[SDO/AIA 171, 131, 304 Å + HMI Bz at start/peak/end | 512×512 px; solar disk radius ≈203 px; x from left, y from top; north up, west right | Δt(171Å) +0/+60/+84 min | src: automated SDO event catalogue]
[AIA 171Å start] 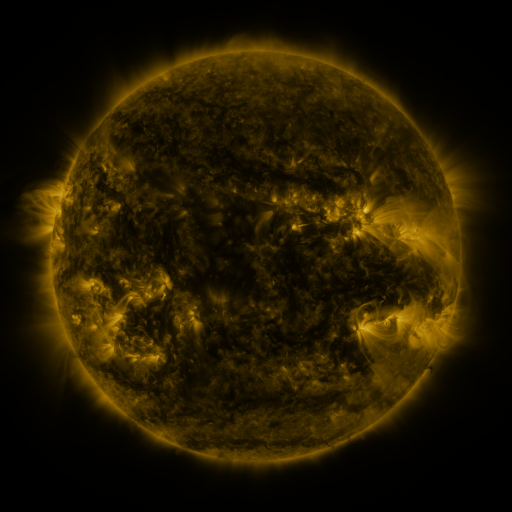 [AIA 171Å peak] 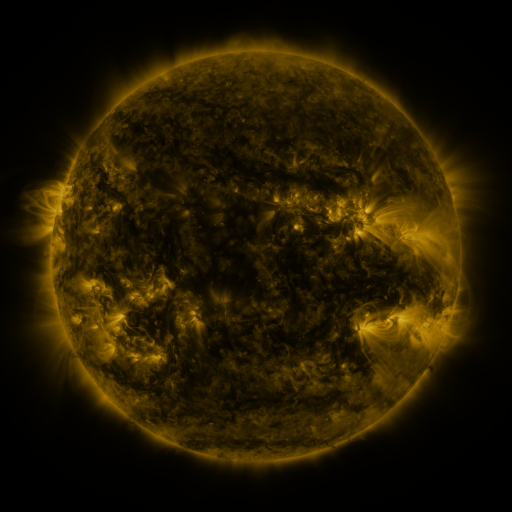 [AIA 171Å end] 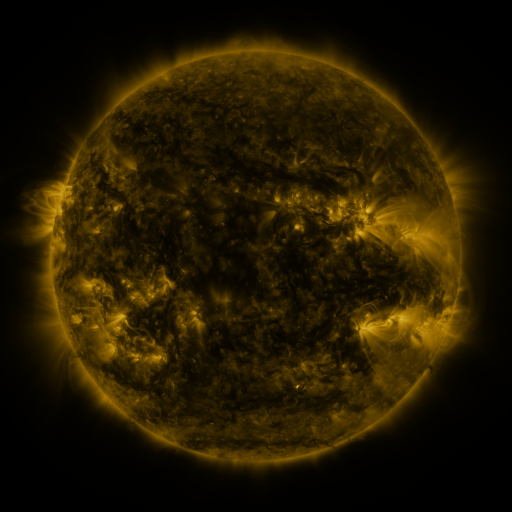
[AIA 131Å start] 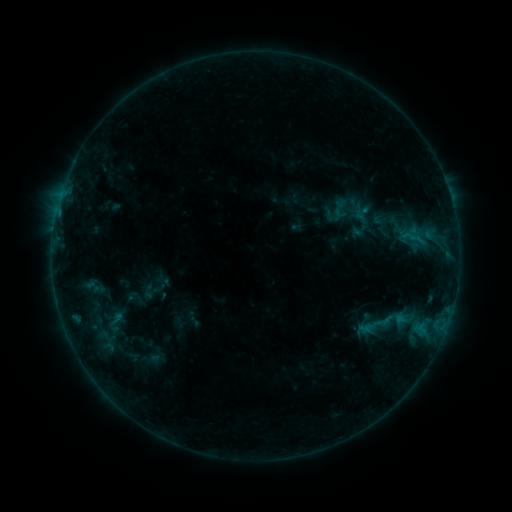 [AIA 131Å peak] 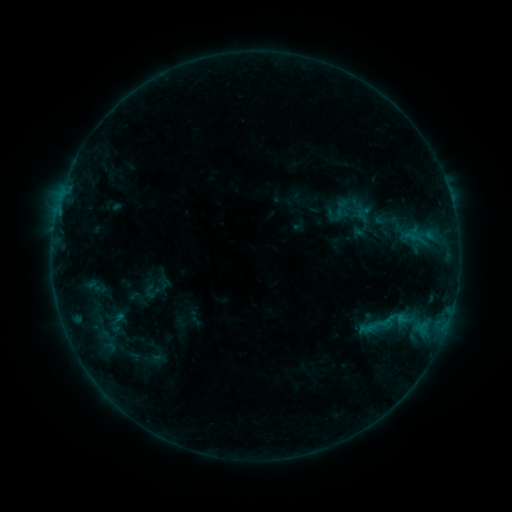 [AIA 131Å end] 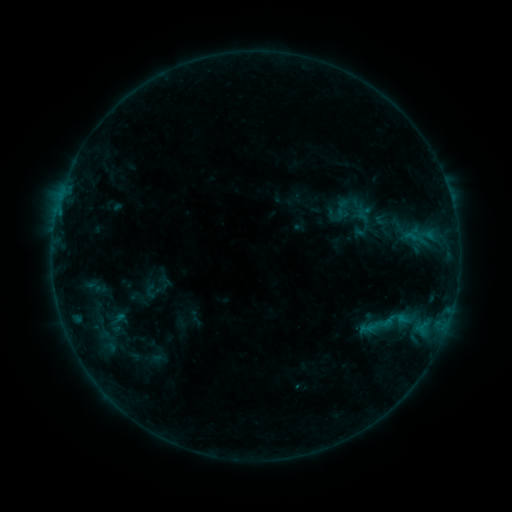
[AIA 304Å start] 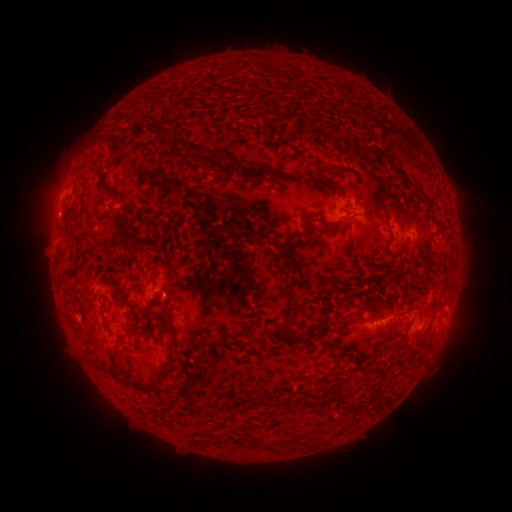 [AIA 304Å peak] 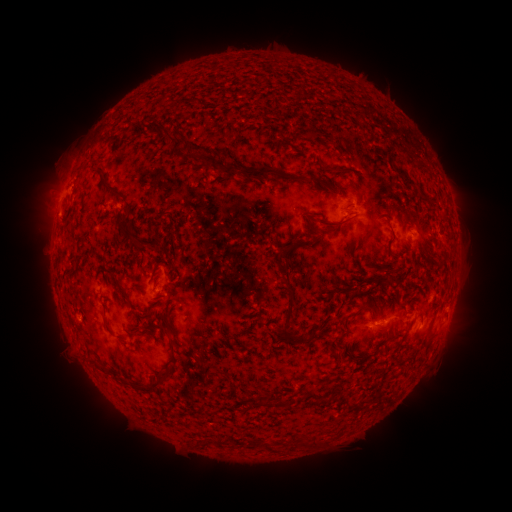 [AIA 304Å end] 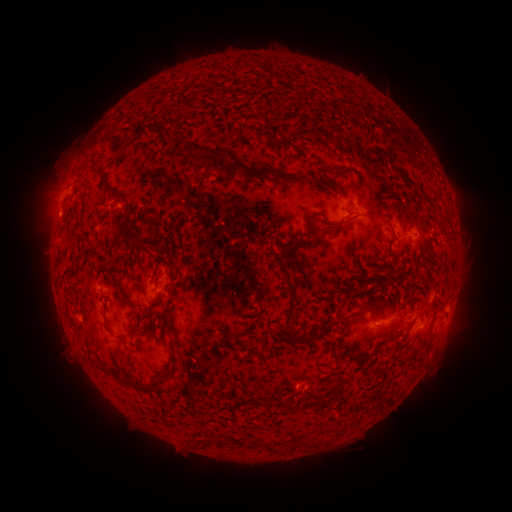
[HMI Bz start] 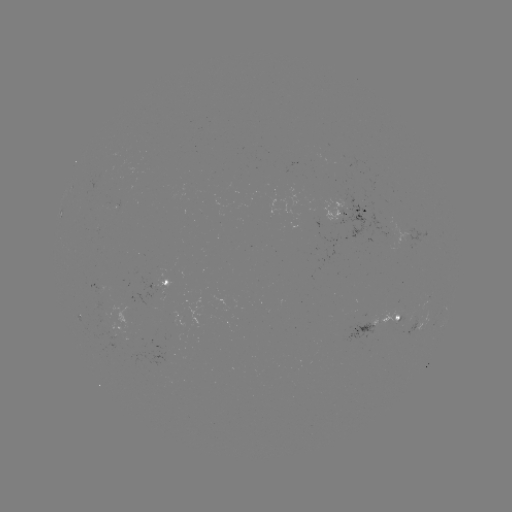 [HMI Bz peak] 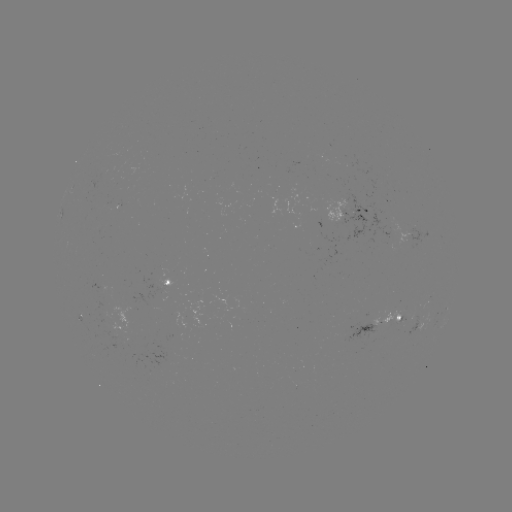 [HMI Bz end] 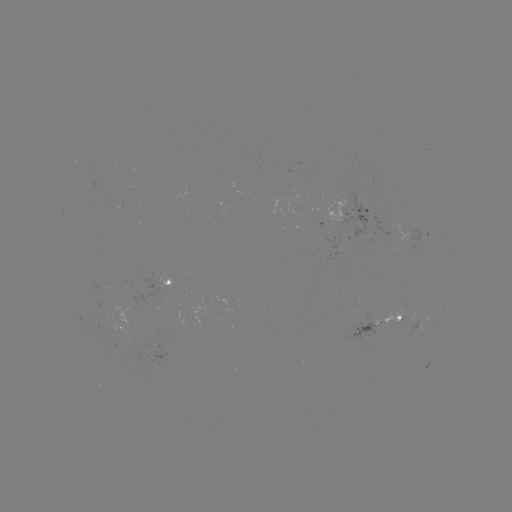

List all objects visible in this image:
emerging-flux region: (105, 312)
